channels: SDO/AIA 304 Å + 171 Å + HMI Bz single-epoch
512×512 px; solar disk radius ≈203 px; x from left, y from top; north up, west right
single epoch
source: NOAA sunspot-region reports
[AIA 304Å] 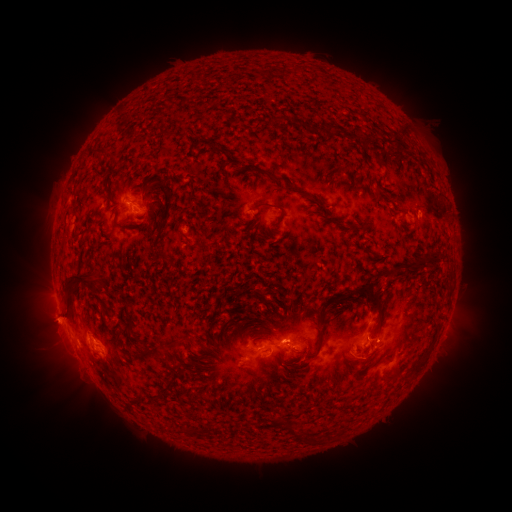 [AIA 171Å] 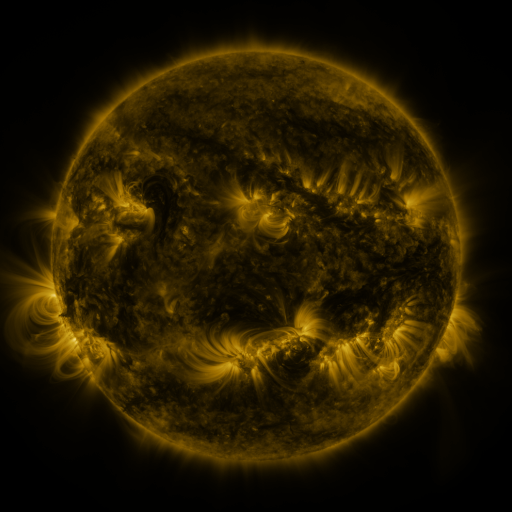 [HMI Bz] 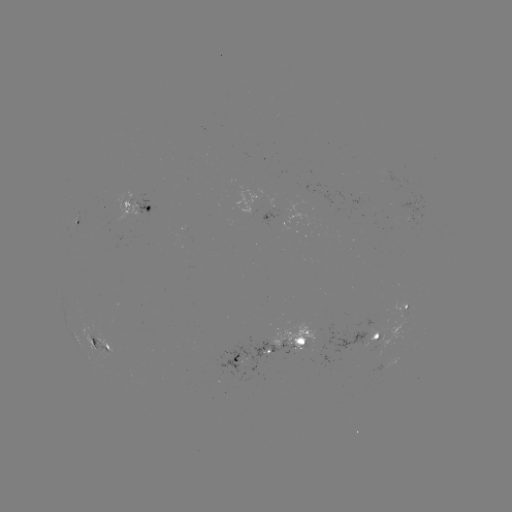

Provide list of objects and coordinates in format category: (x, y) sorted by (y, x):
spotted active region: (417, 207)
spotted active region: (139, 209)
spotted active region: (77, 222)
spotted active region: (409, 307)
spotted active region: (383, 333)
spotted active region: (302, 341)
spotted active region: (103, 343)
spotted active region: (259, 351)
